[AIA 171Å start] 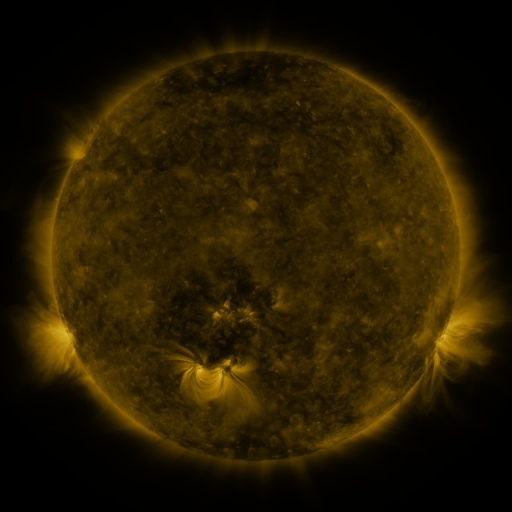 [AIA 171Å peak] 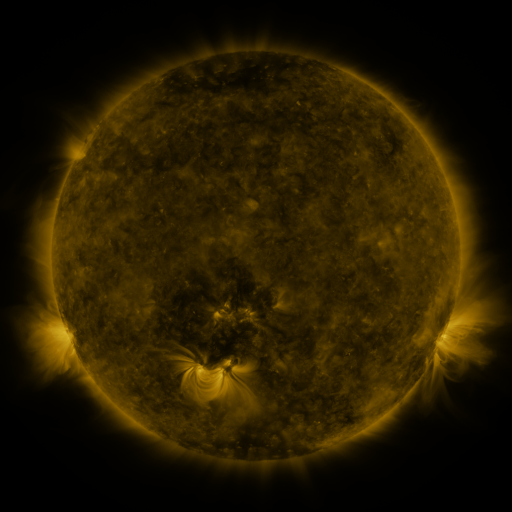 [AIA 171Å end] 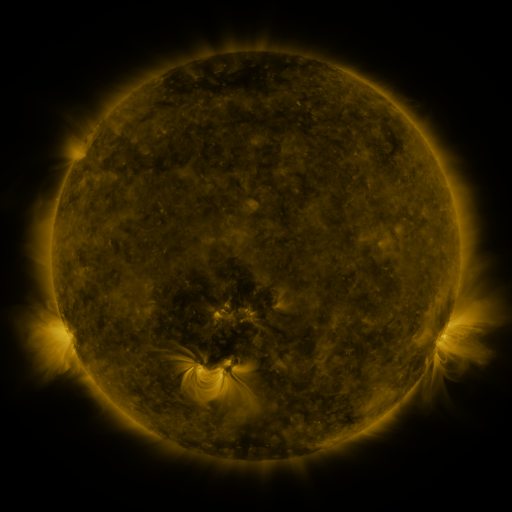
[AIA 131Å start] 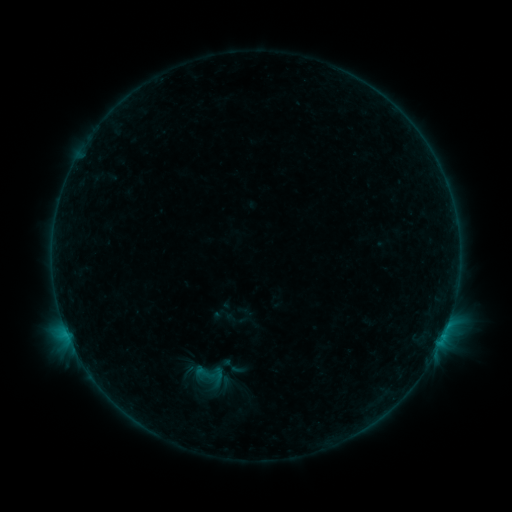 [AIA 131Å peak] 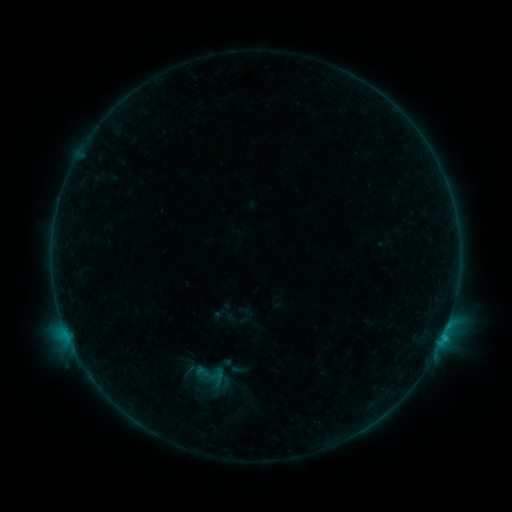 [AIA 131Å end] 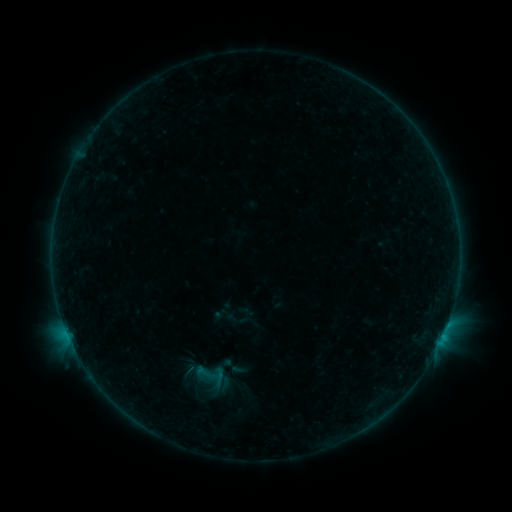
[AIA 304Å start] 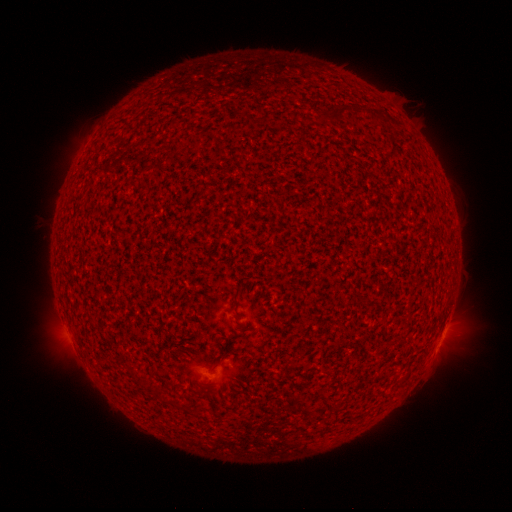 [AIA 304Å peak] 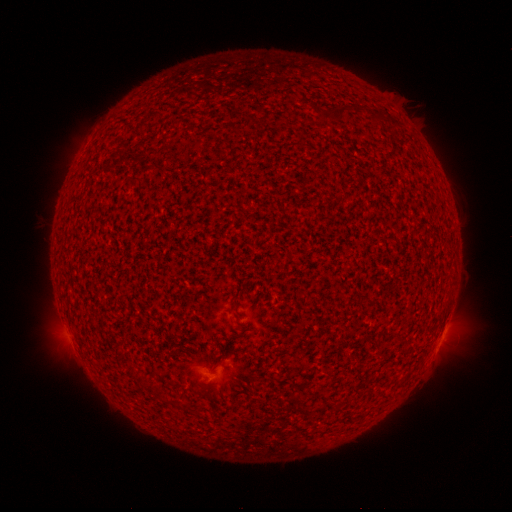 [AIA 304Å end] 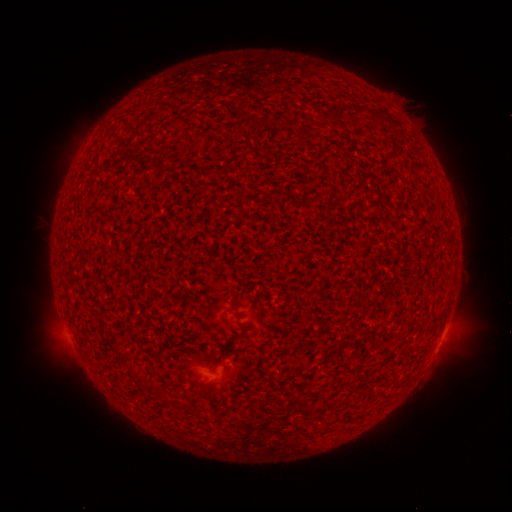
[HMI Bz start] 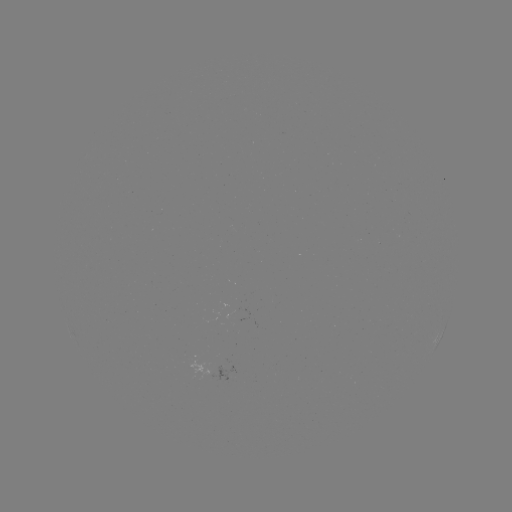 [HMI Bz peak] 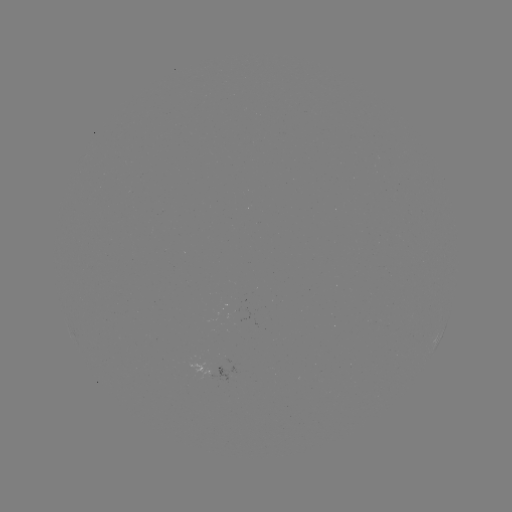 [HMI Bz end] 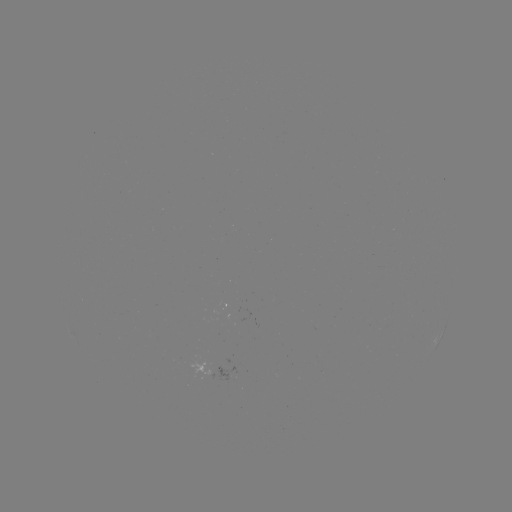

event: flare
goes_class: B3.3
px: (442, 335)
